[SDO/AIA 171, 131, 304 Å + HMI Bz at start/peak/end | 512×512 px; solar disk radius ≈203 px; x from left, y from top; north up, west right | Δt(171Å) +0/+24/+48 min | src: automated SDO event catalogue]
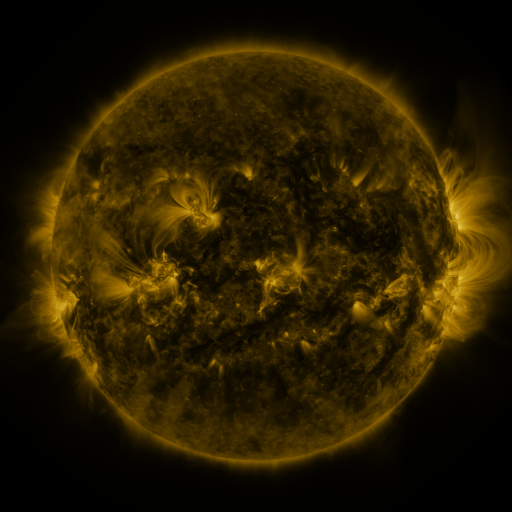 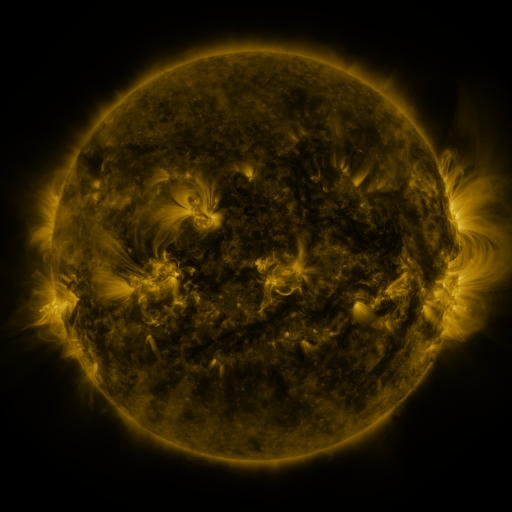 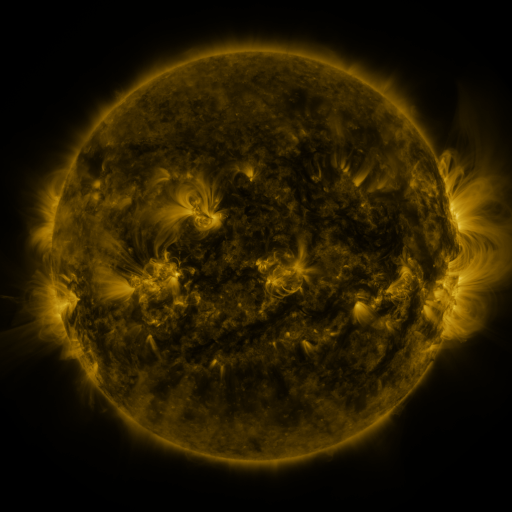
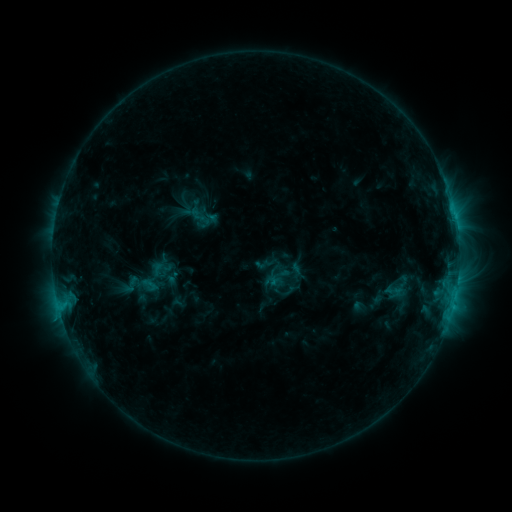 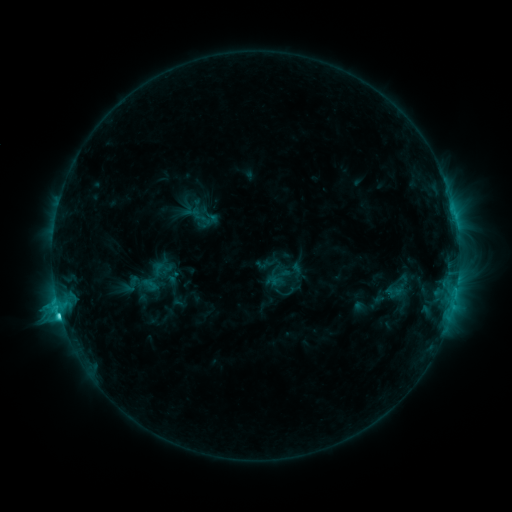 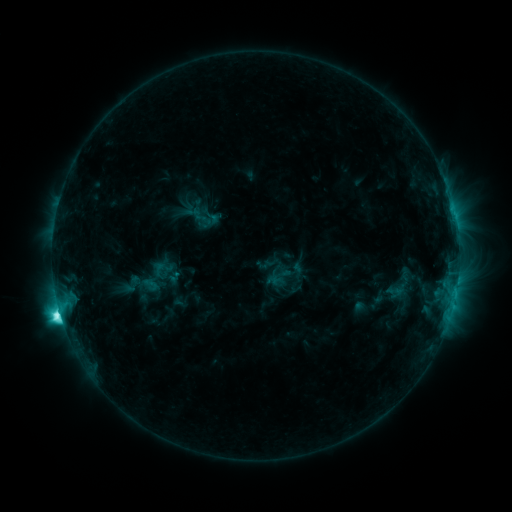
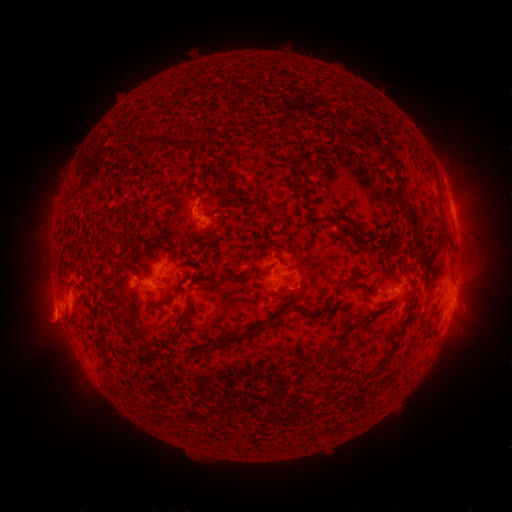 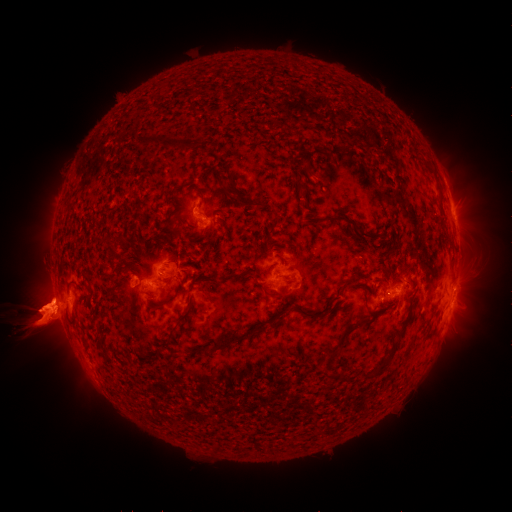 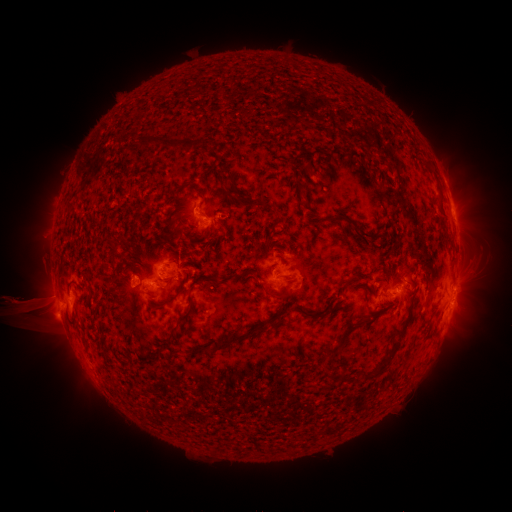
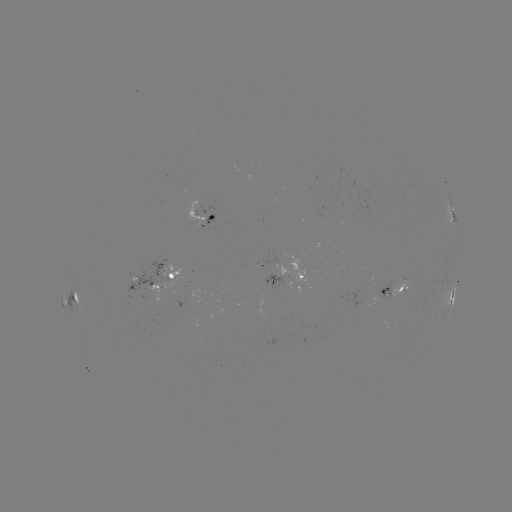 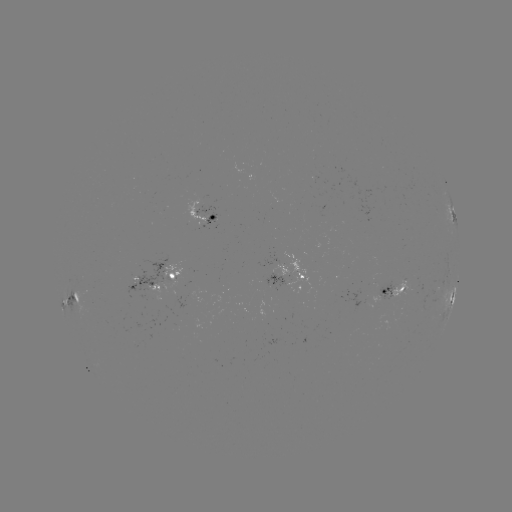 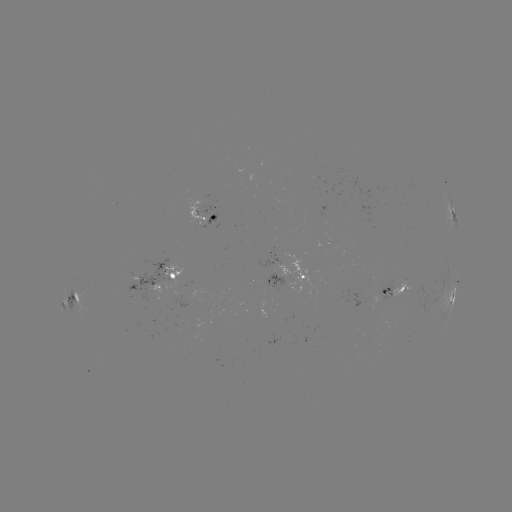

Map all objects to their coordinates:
eruption: (44, 312)
